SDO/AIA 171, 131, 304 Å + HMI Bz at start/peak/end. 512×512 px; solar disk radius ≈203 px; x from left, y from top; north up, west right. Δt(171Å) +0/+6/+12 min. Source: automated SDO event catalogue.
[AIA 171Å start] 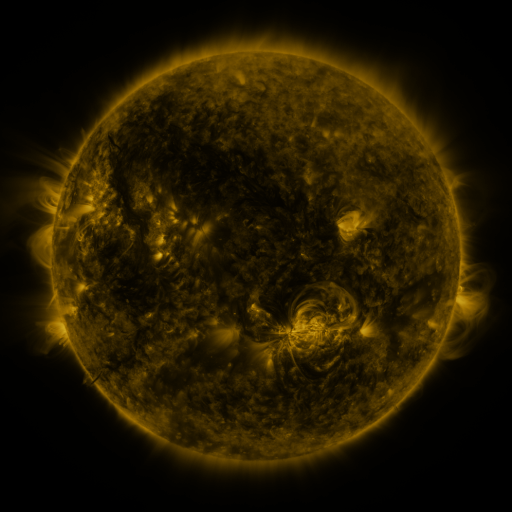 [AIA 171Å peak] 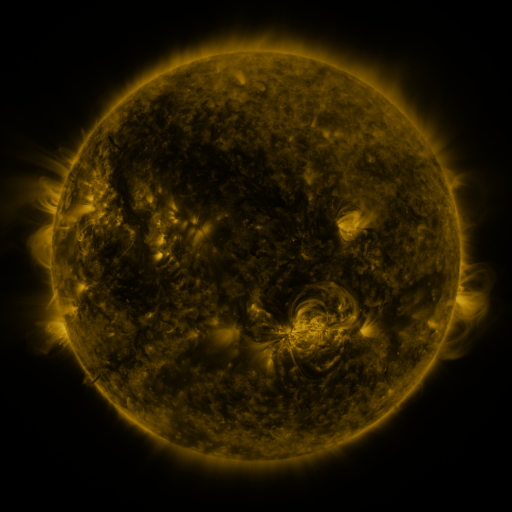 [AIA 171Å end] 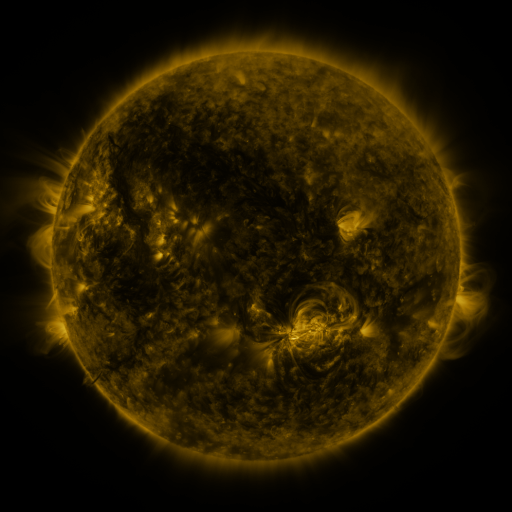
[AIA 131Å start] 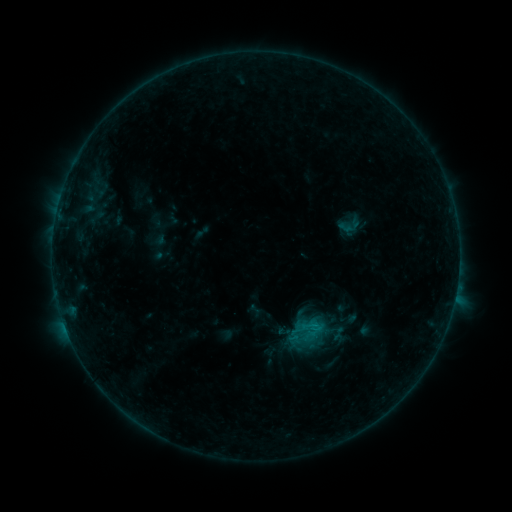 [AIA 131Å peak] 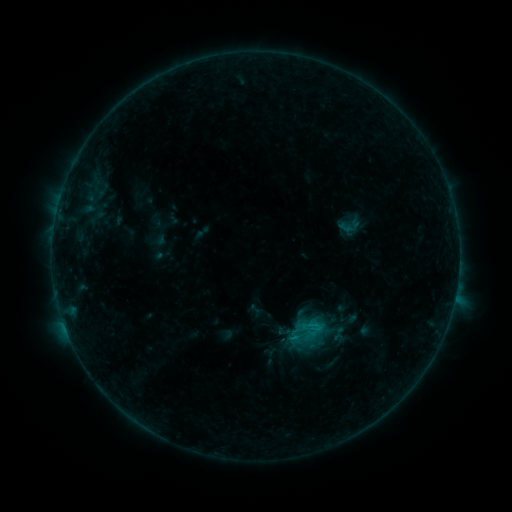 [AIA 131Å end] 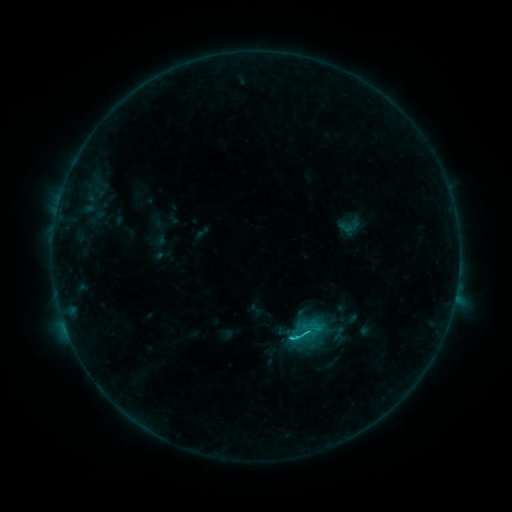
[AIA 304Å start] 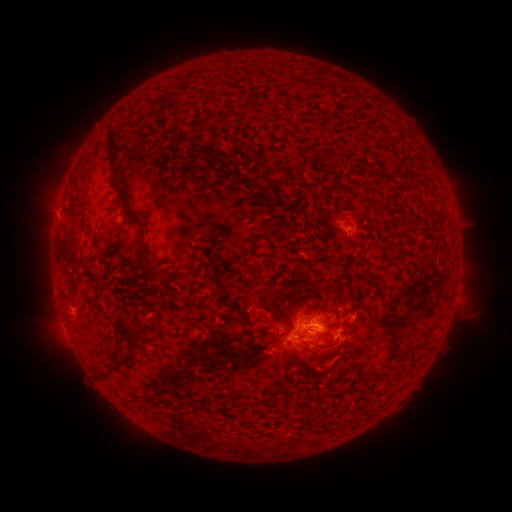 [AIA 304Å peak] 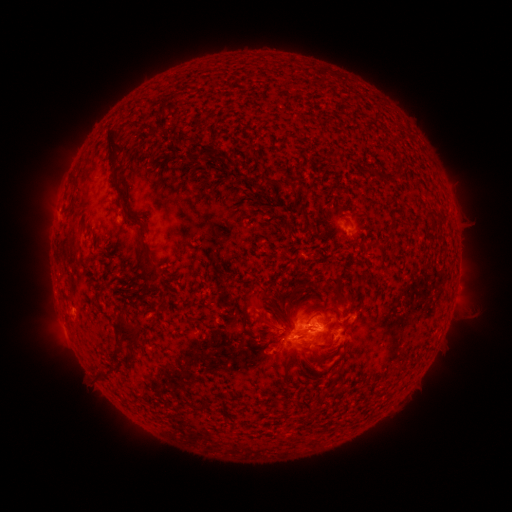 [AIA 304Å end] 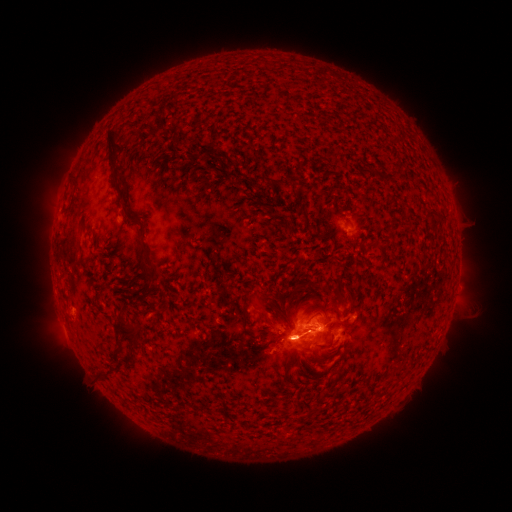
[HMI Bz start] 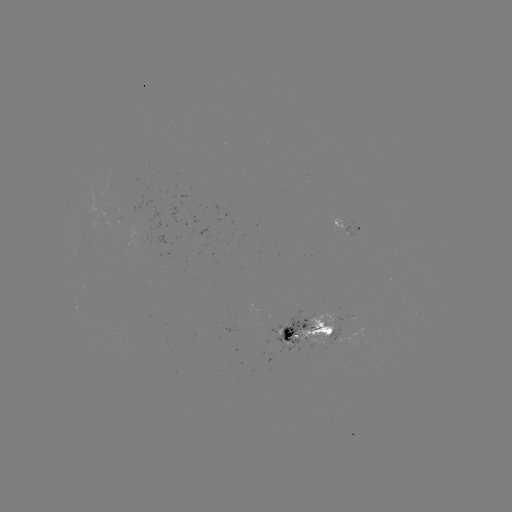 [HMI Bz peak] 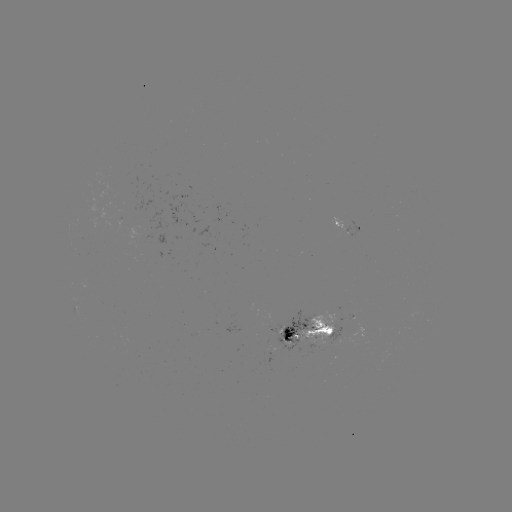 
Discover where eruption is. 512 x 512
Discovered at [296, 342].